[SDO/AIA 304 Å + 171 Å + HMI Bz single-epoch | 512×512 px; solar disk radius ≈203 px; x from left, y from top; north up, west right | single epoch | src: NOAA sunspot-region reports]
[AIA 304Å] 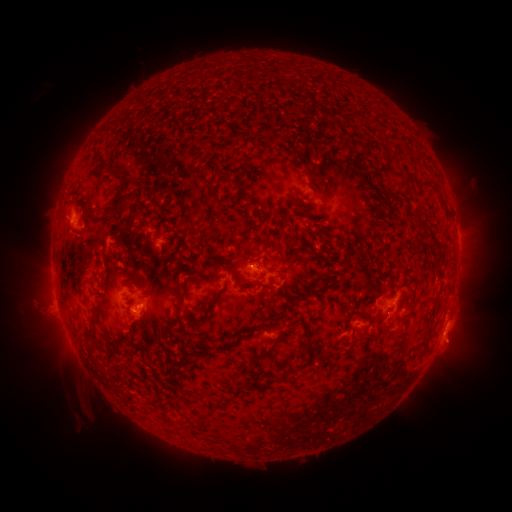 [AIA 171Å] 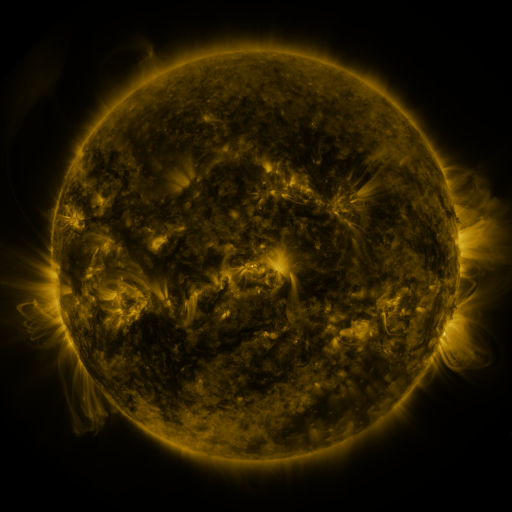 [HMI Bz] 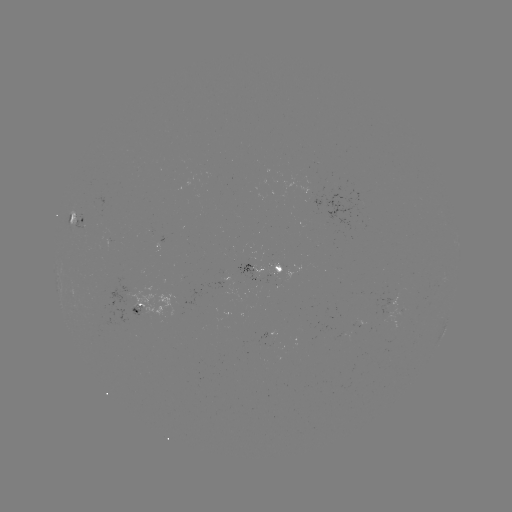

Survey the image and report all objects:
spotted active region: (82, 216)
spotted active region: (280, 269)
spotted active region: (259, 273)
spotted active region: (140, 308)
spotted active region: (448, 322)
